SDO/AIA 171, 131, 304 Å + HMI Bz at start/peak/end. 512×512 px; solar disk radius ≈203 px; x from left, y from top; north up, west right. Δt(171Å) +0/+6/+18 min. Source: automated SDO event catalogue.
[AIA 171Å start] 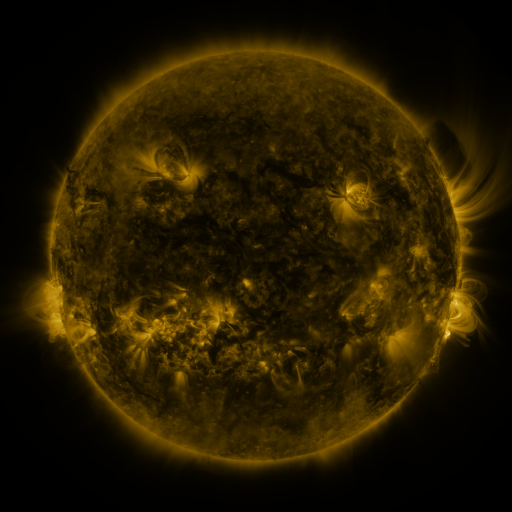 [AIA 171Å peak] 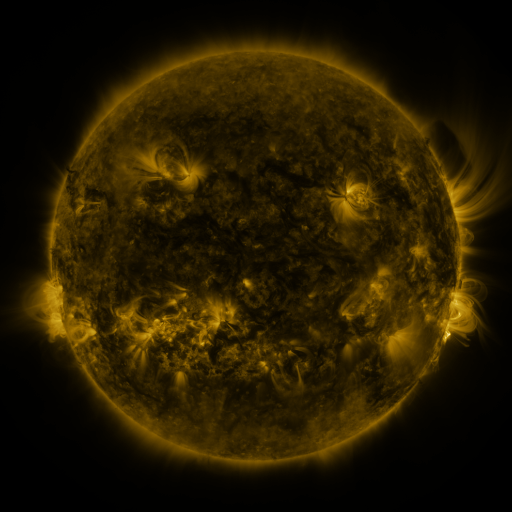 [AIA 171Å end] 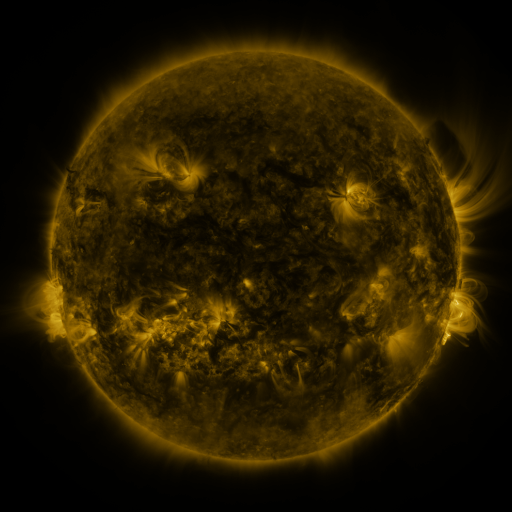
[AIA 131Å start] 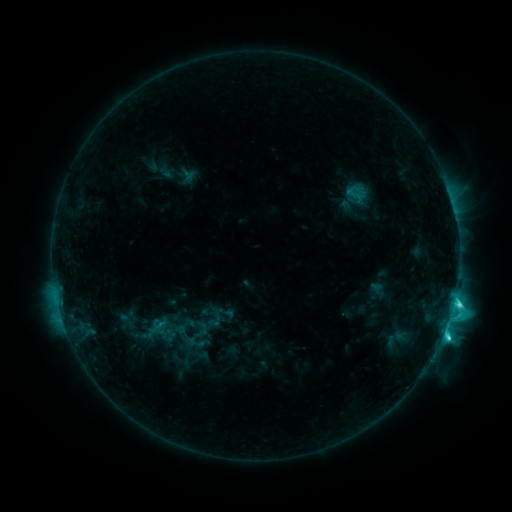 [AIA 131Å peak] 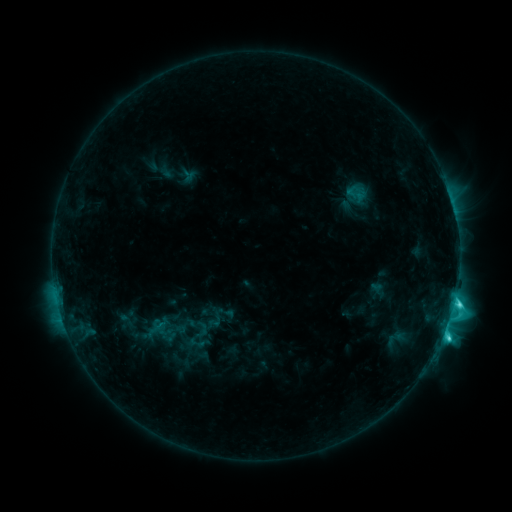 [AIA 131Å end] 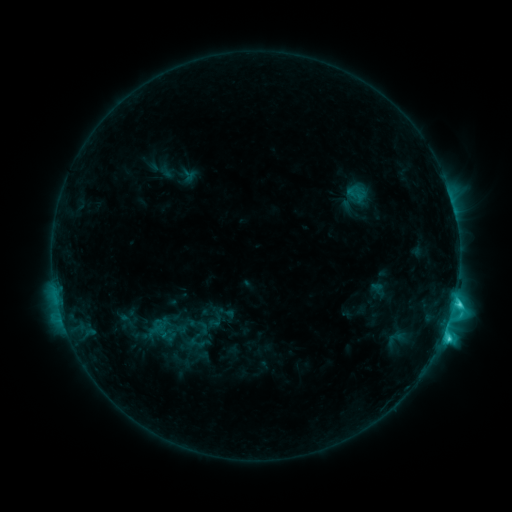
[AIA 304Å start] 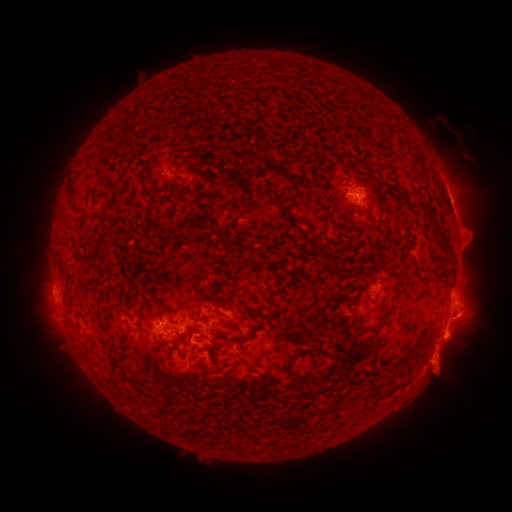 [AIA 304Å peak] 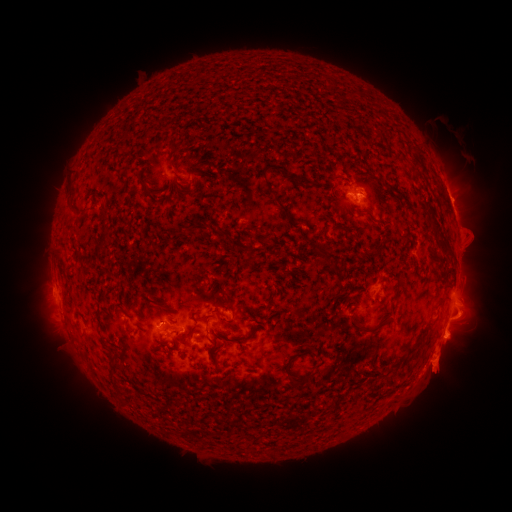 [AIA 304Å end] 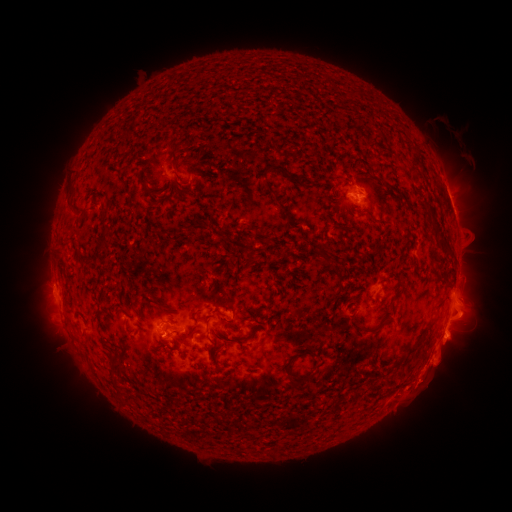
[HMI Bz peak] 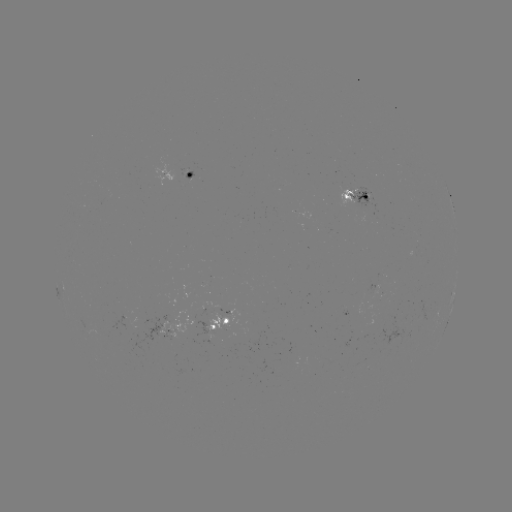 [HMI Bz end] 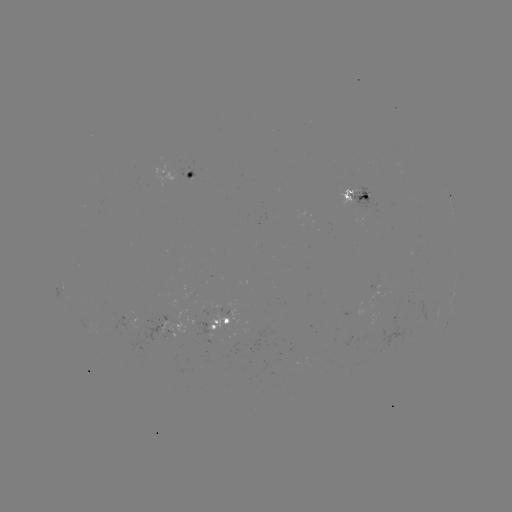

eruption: (434, 176, 480, 222)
